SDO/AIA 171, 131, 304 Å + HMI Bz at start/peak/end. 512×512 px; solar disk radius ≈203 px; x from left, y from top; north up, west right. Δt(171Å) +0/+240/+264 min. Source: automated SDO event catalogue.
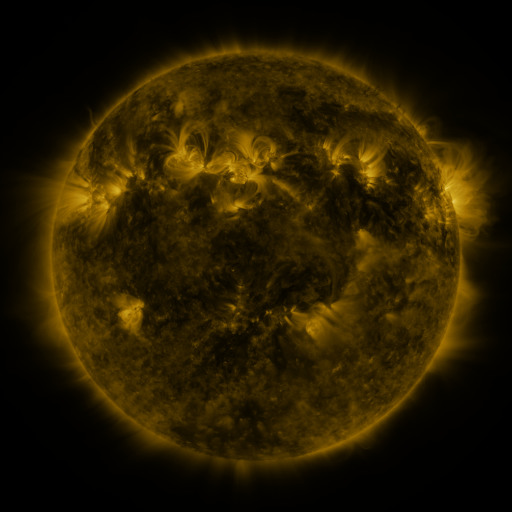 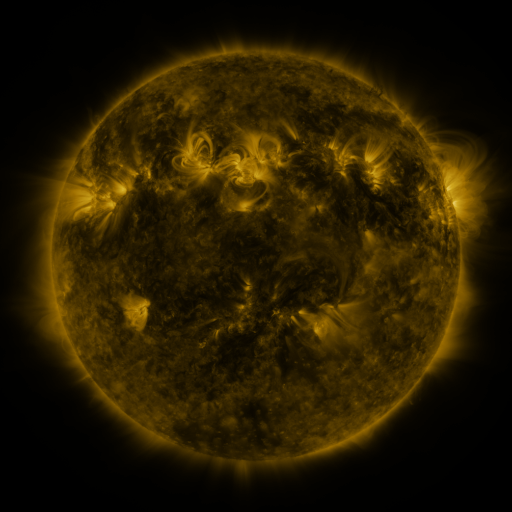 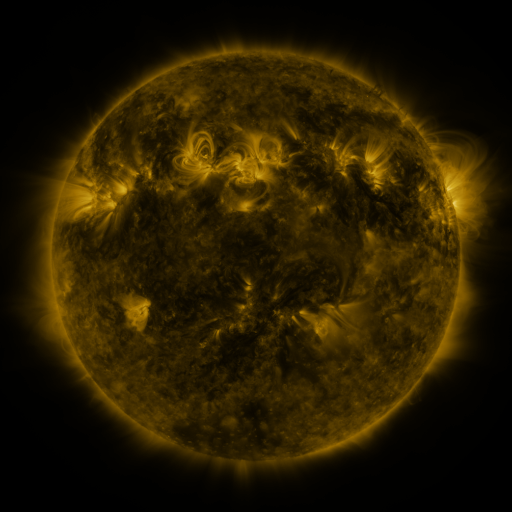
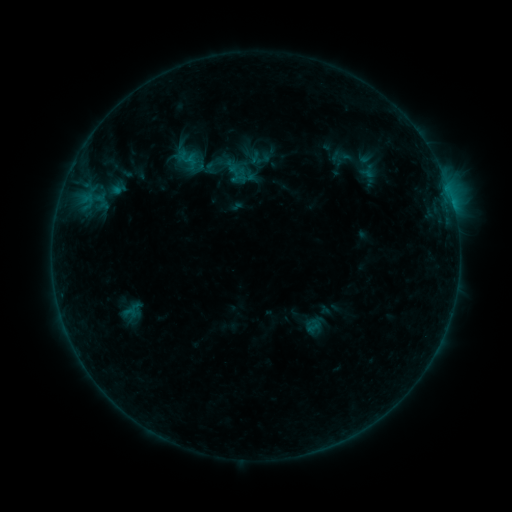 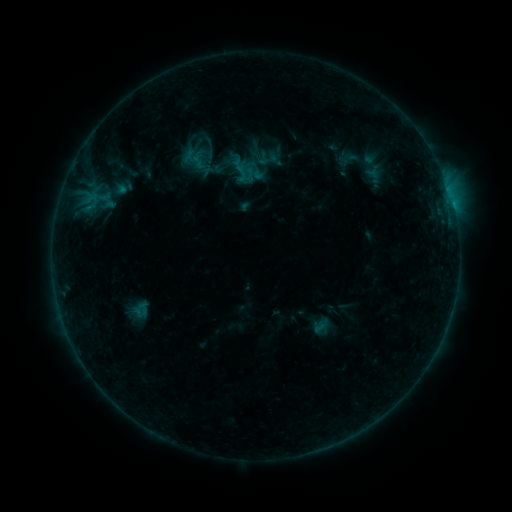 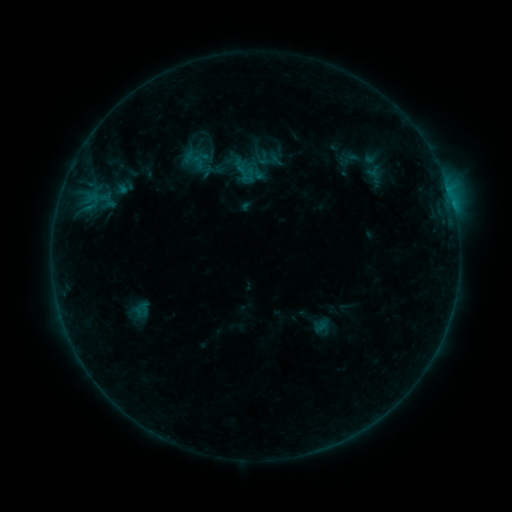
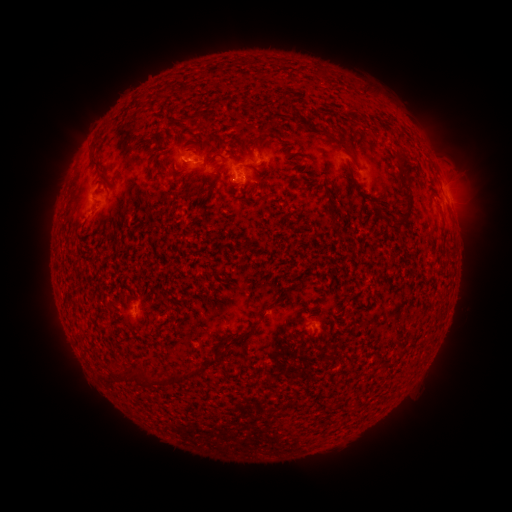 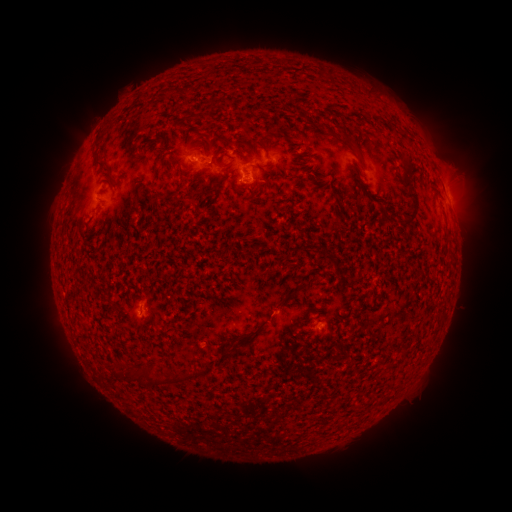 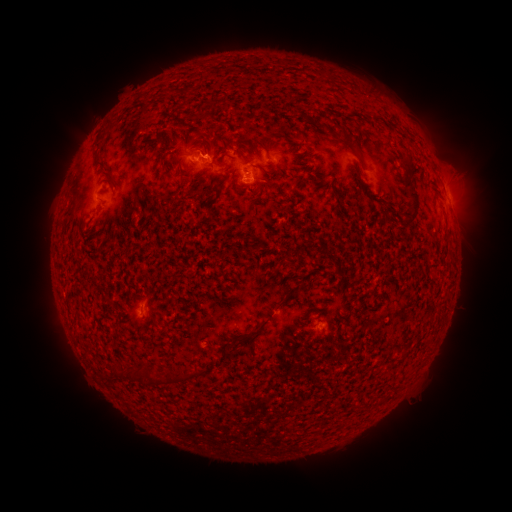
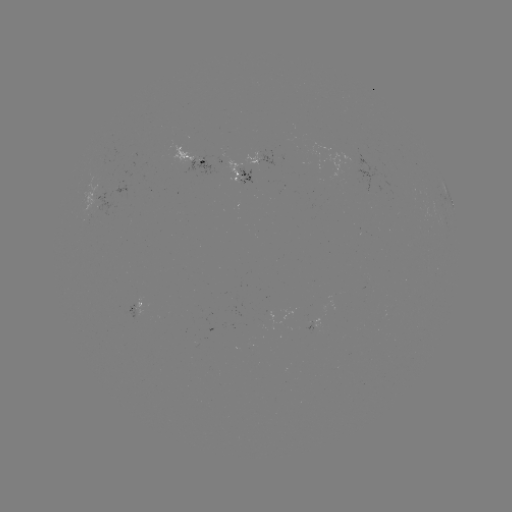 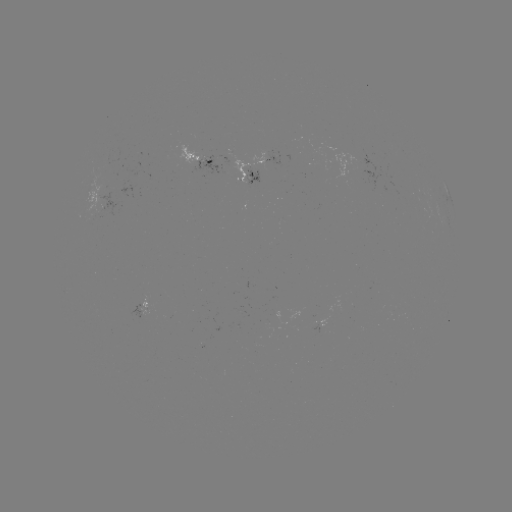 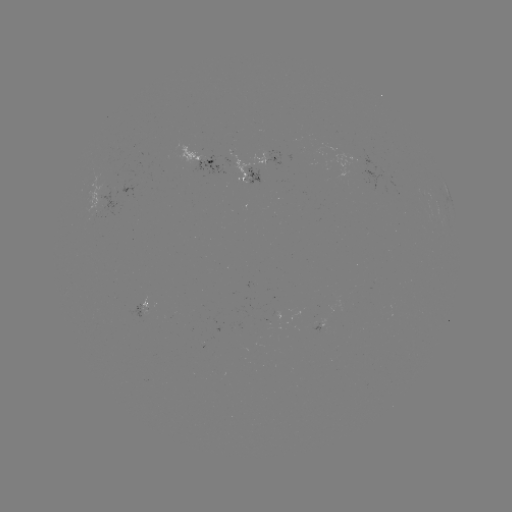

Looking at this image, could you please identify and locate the emerging-flux region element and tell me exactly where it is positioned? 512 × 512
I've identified emerging-flux region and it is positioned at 250,177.